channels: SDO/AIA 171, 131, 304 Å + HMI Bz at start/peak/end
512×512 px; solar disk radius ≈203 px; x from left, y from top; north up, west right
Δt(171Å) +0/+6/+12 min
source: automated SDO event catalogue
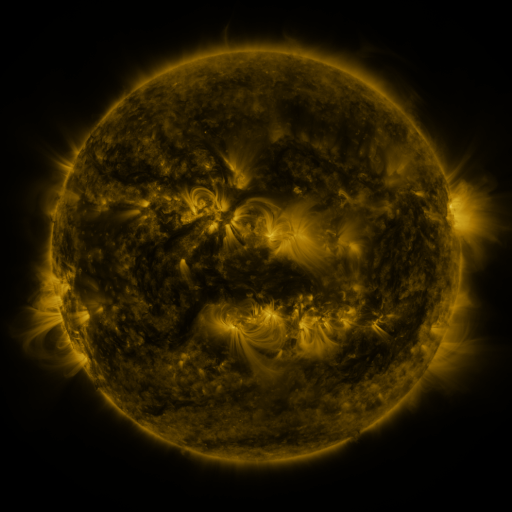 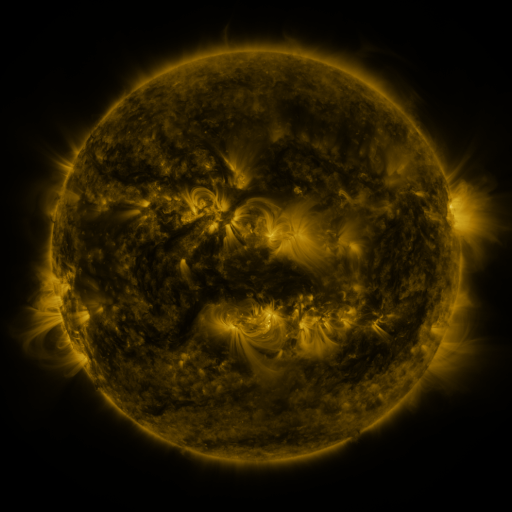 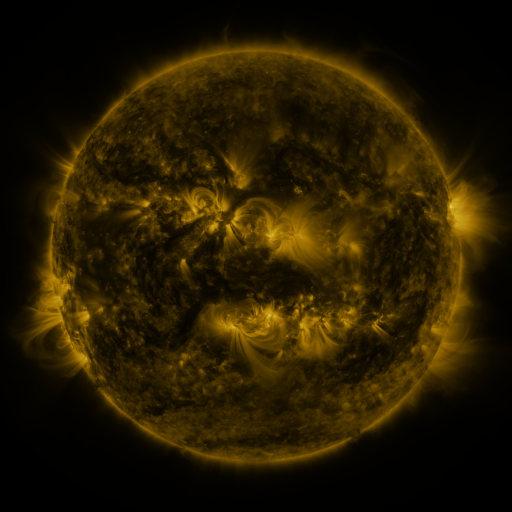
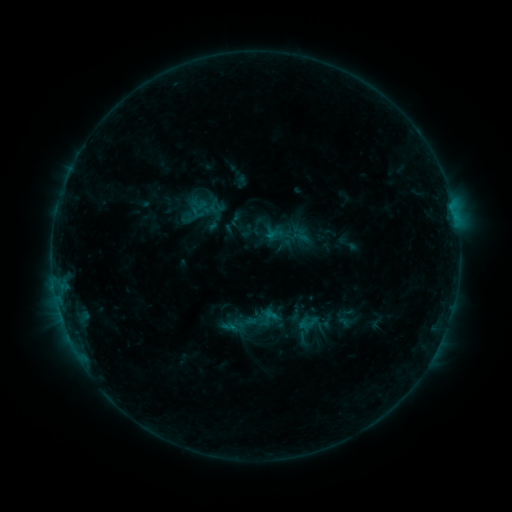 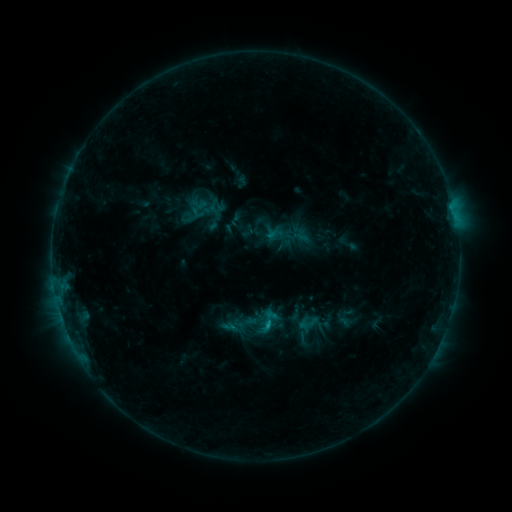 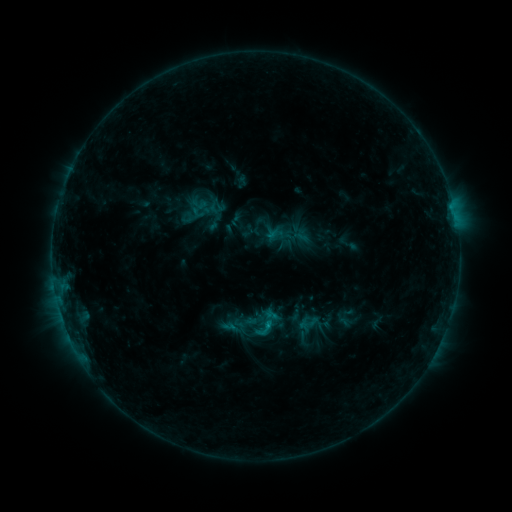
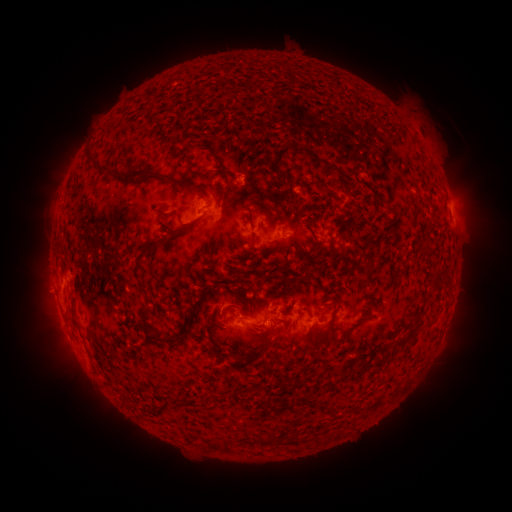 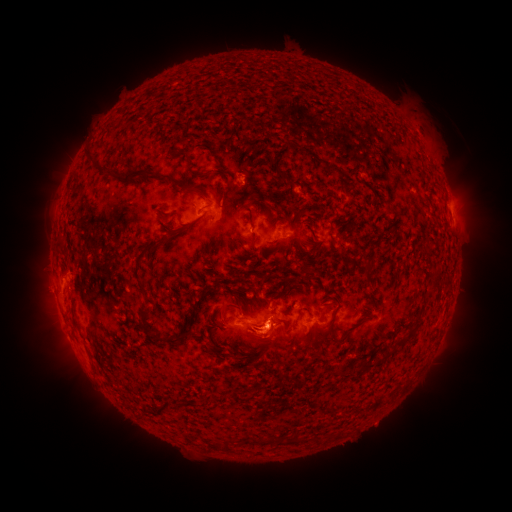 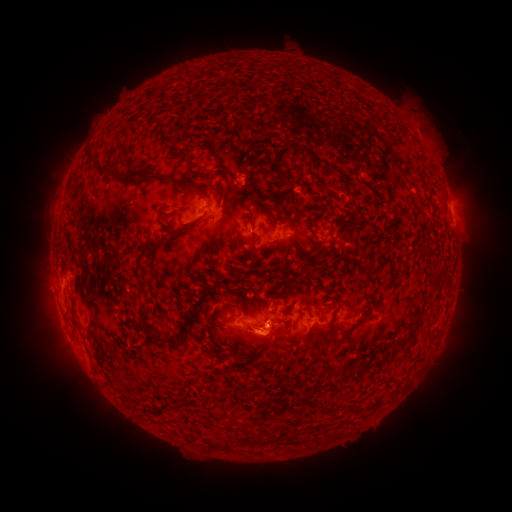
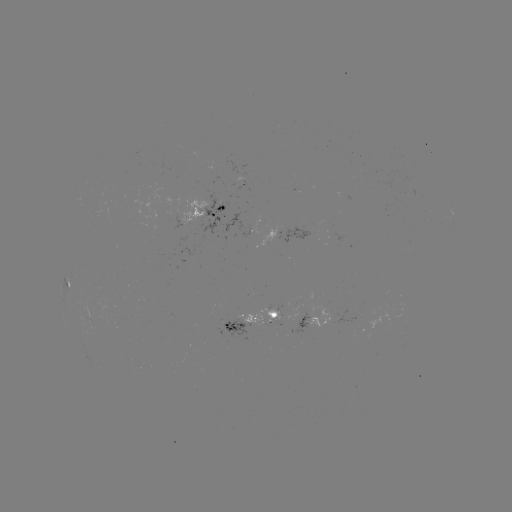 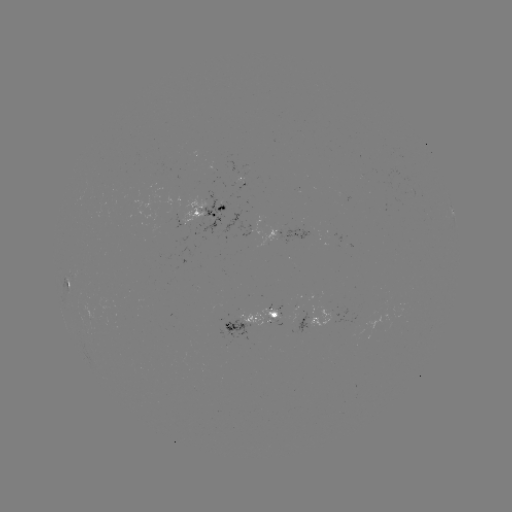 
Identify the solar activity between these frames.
B7.7 flare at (269, 324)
